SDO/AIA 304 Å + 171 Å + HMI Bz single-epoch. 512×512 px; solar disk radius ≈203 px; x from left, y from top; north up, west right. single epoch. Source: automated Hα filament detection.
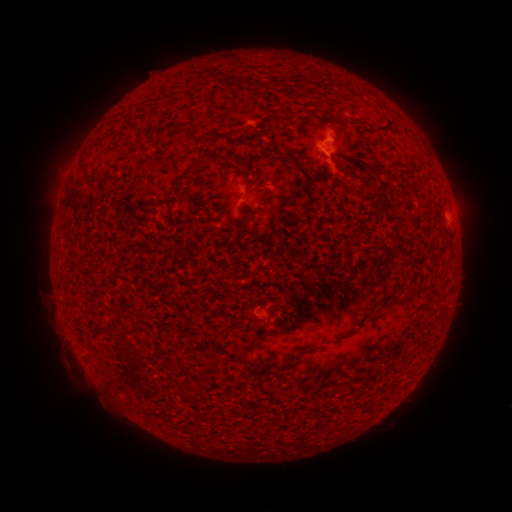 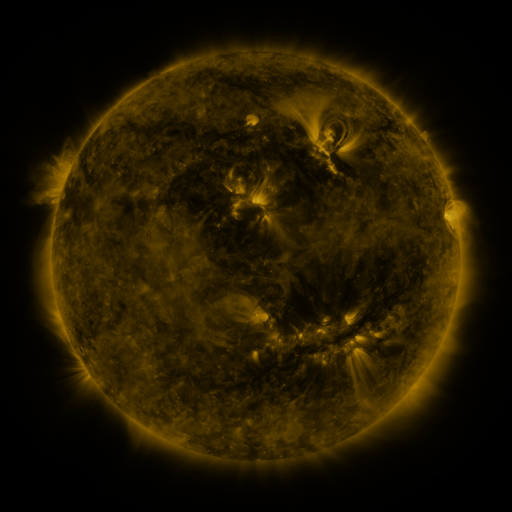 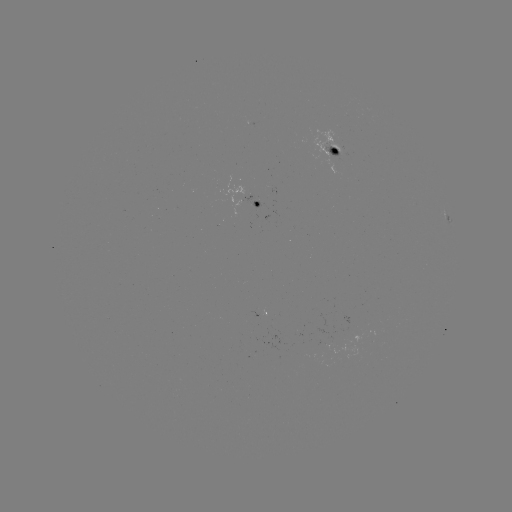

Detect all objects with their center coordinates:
filament: (250, 85)
filament: (183, 129)
filament: (193, 165)
filament: (247, 165)
filament: (347, 171)
filament: (179, 194)
filament: (410, 298)
filament: (300, 353)
filament: (393, 371)
